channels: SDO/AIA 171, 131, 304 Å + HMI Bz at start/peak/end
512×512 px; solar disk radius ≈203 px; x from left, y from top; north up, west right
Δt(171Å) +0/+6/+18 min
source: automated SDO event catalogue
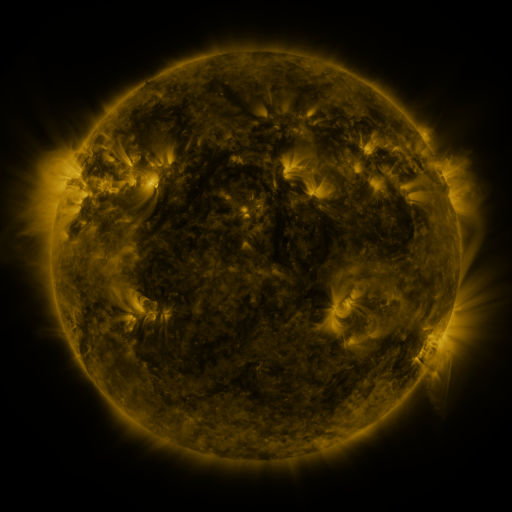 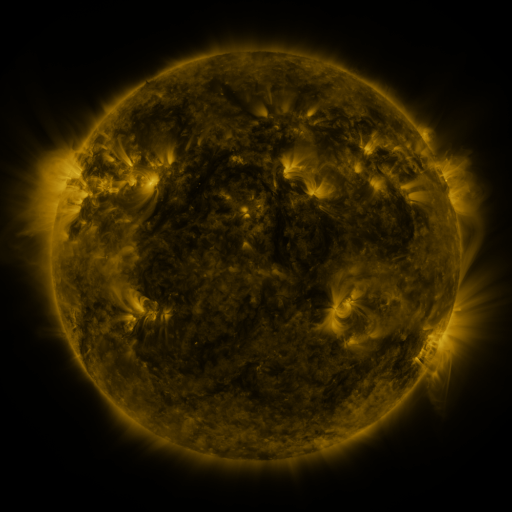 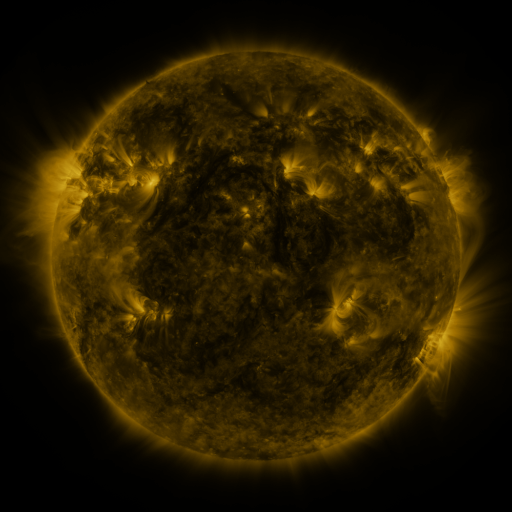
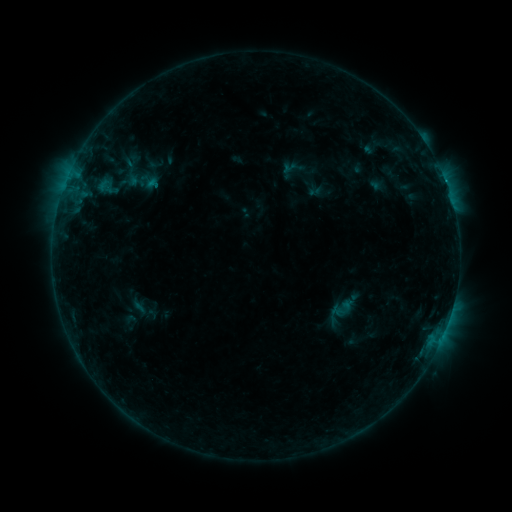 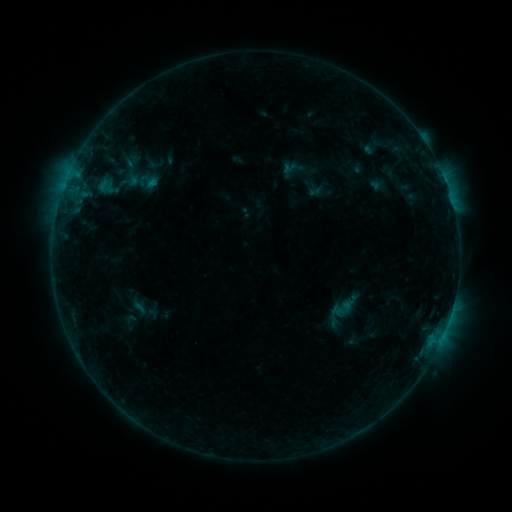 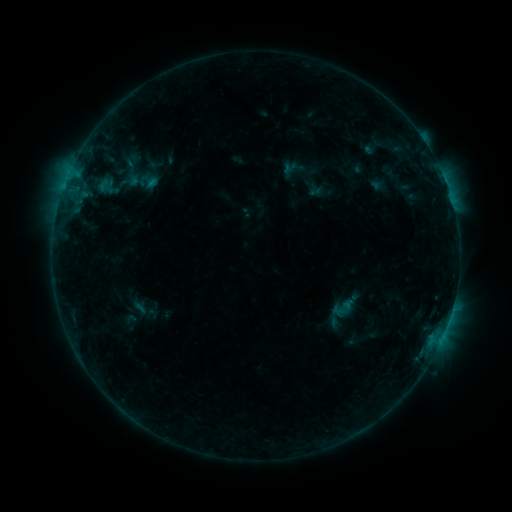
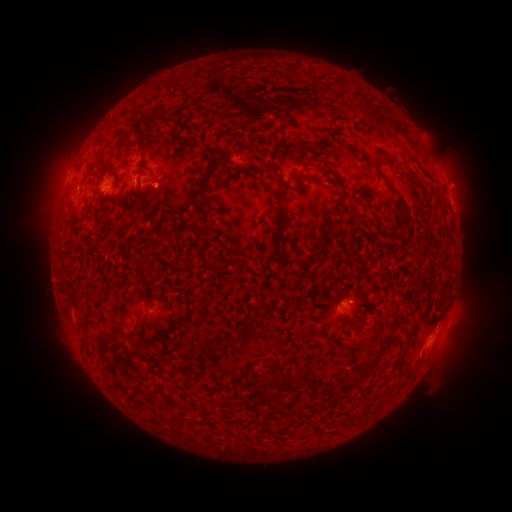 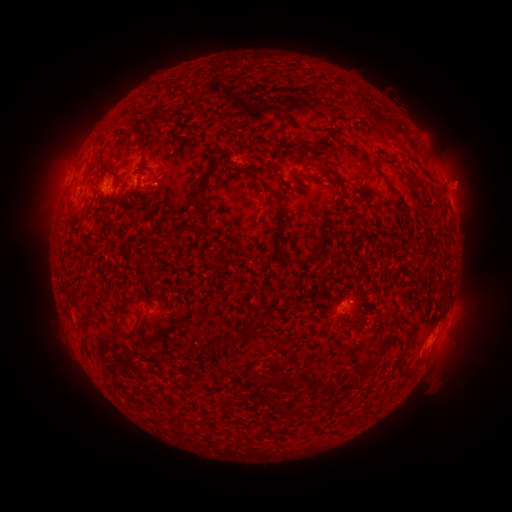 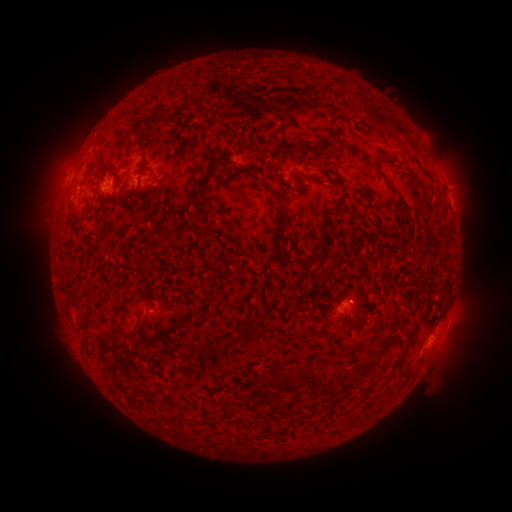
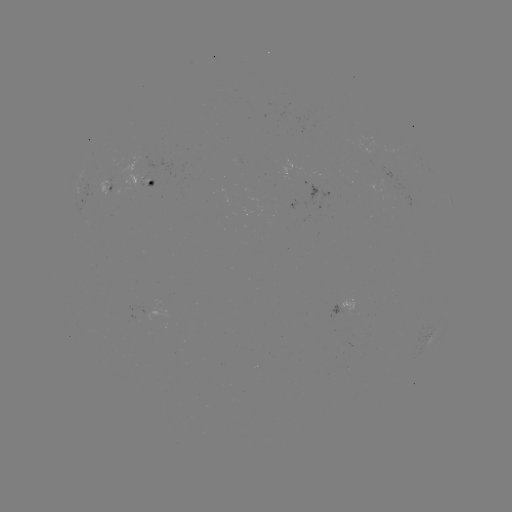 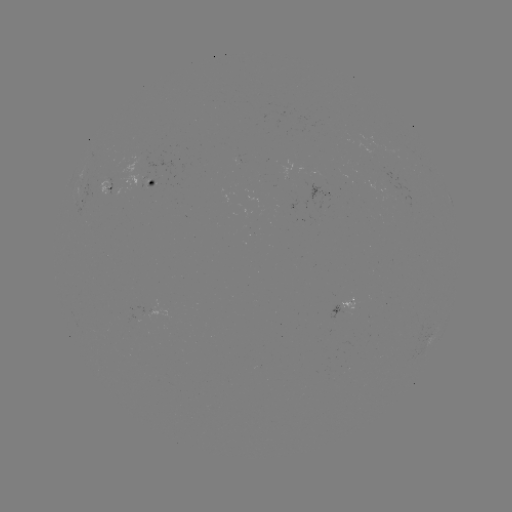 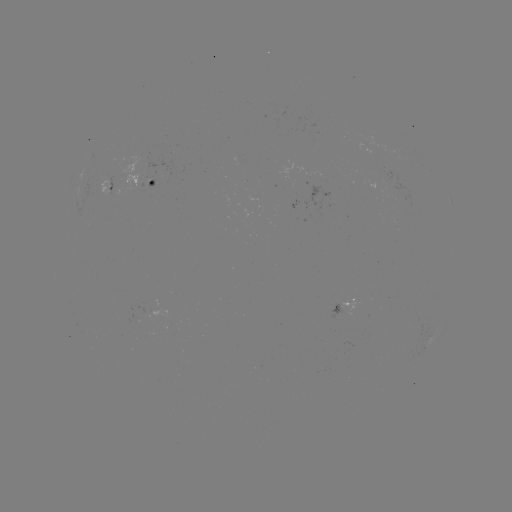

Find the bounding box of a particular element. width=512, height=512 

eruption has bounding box [443, 164, 484, 204].